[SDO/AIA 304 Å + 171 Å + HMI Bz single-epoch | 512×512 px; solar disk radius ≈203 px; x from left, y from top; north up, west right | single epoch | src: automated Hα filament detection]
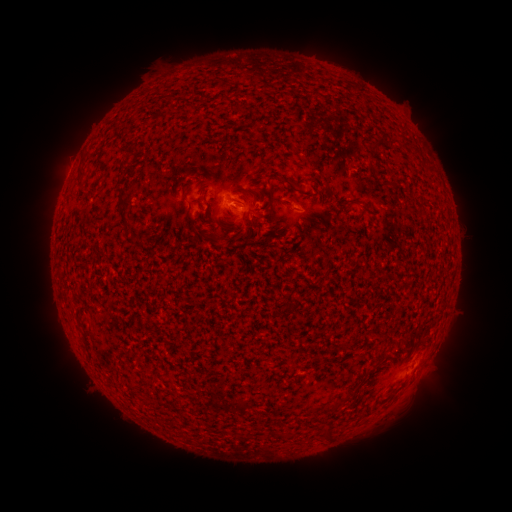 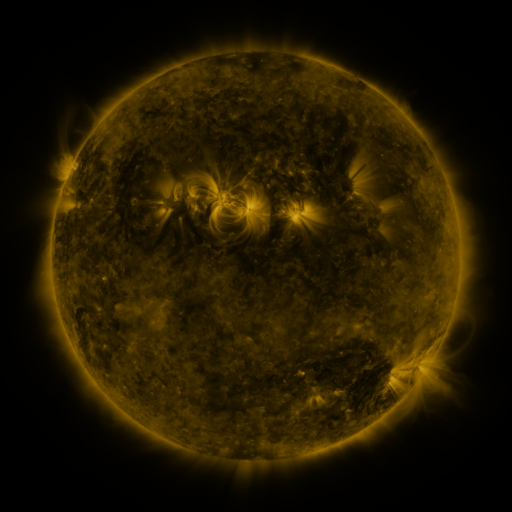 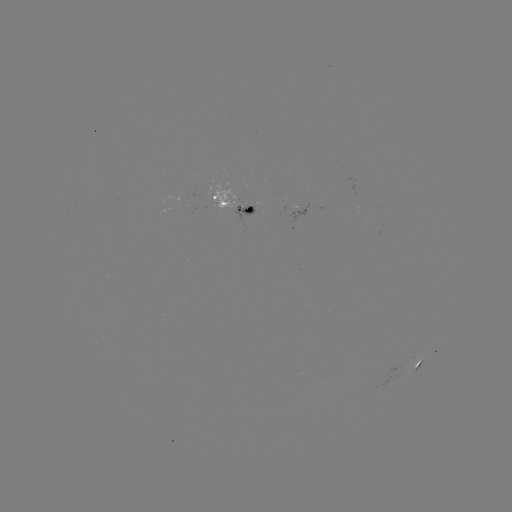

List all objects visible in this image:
filament: [165, 95, 174, 107]
filament: [369, 138, 397, 151]
filament: [76, 166, 85, 186]
filament: [278, 177, 294, 187]
filament: [183, 181, 194, 187]
filament: [267, 182, 275, 210]
filament: [181, 191, 189, 203]
filament: [118, 195, 131, 210]
filament: [344, 199, 357, 211]
filament: [199, 212, 208, 223]
filament: [141, 376, 154, 385]
filament: [338, 395, 348, 405]
filament: [321, 425, 333, 439]
